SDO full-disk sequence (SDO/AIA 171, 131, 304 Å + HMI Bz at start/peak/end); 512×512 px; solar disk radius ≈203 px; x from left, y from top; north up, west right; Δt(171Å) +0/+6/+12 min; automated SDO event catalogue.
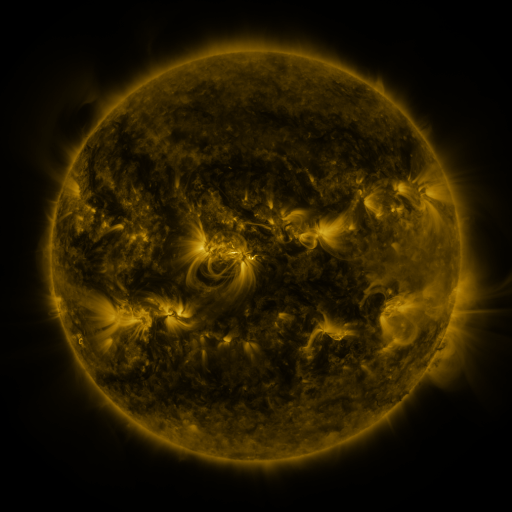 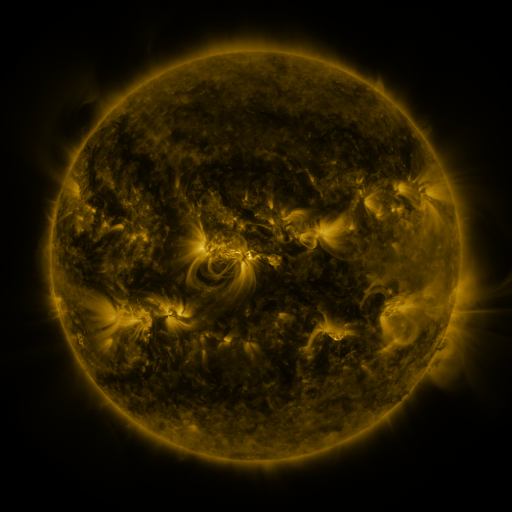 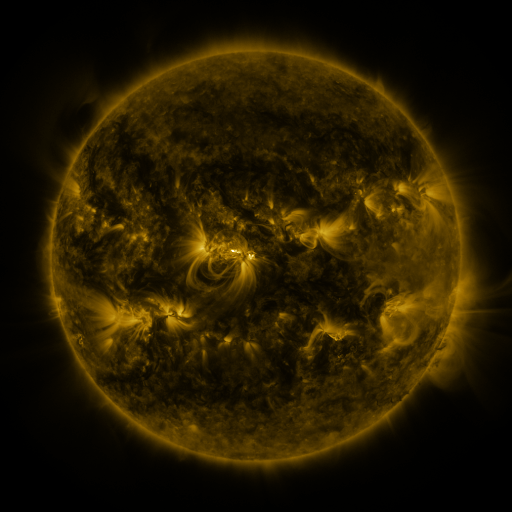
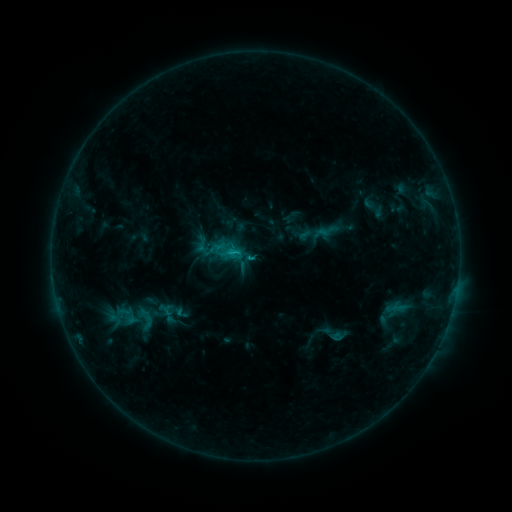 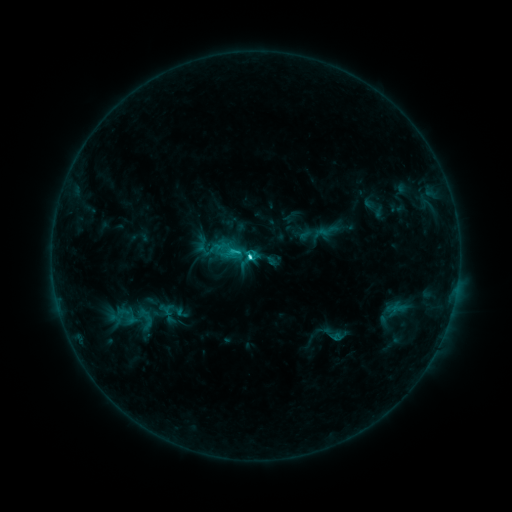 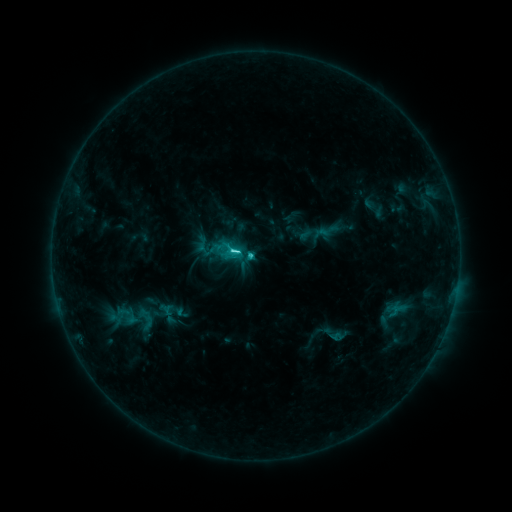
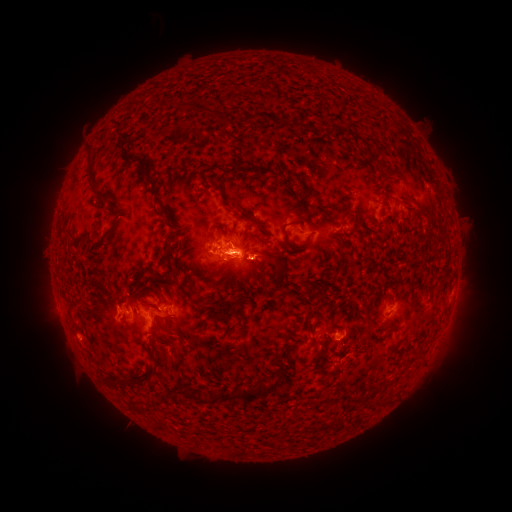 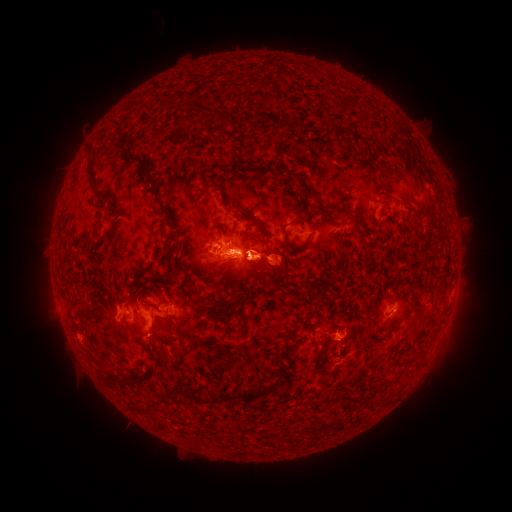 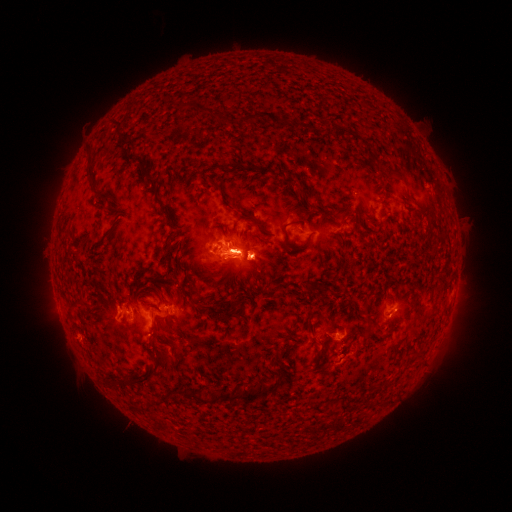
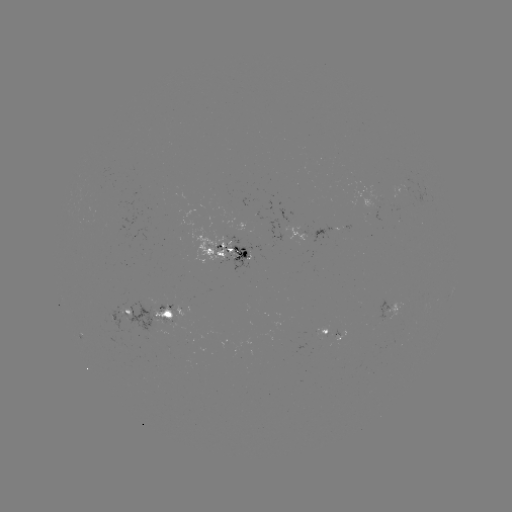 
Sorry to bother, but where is eruption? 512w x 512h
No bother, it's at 360,262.